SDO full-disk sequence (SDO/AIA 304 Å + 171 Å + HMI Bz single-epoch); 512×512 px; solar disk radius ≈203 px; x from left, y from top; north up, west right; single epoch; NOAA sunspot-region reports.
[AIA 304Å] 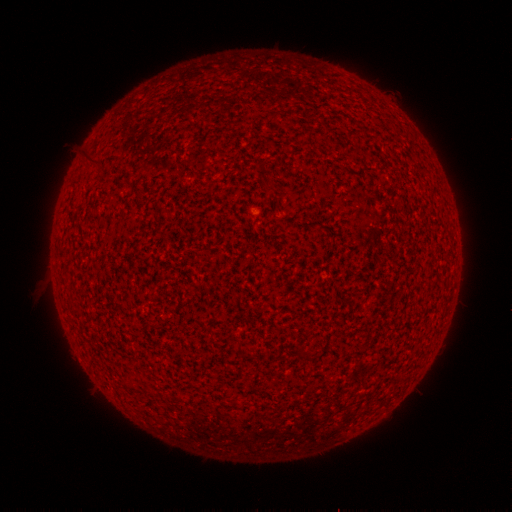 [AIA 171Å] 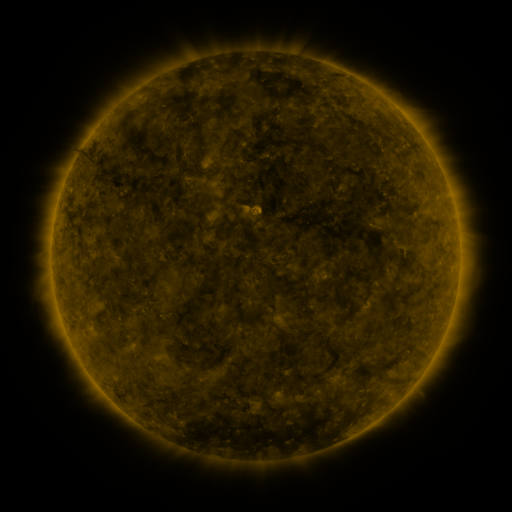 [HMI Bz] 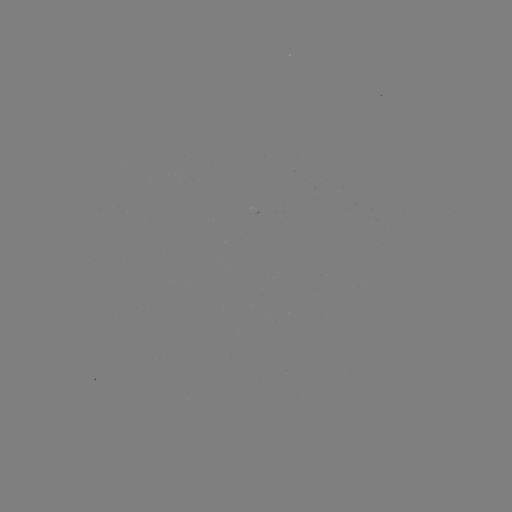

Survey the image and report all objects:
(none)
